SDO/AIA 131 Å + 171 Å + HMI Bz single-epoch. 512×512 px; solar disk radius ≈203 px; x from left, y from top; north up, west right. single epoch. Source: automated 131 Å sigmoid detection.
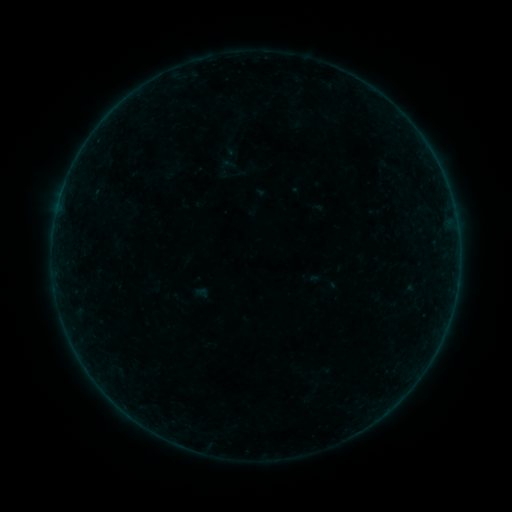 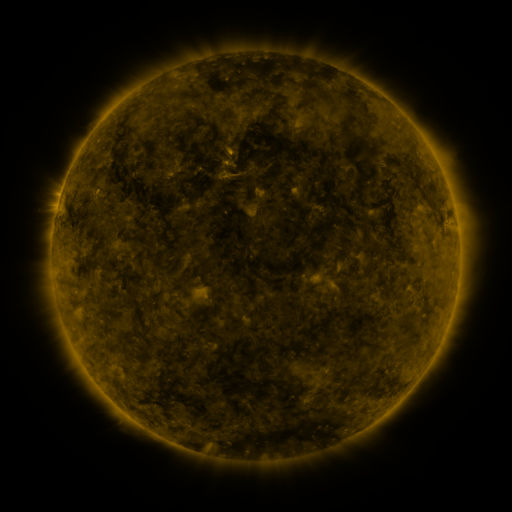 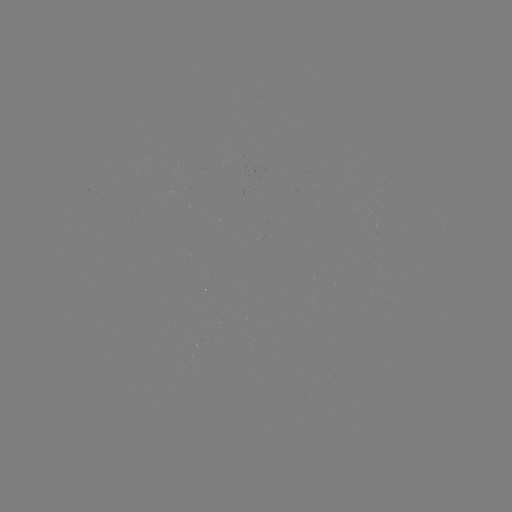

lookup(sigmoid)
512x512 (226, 168)